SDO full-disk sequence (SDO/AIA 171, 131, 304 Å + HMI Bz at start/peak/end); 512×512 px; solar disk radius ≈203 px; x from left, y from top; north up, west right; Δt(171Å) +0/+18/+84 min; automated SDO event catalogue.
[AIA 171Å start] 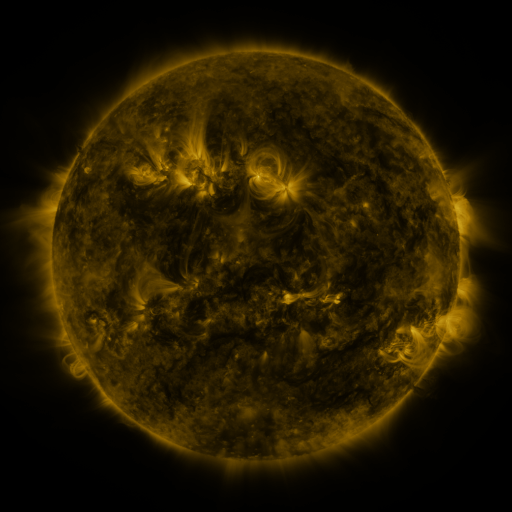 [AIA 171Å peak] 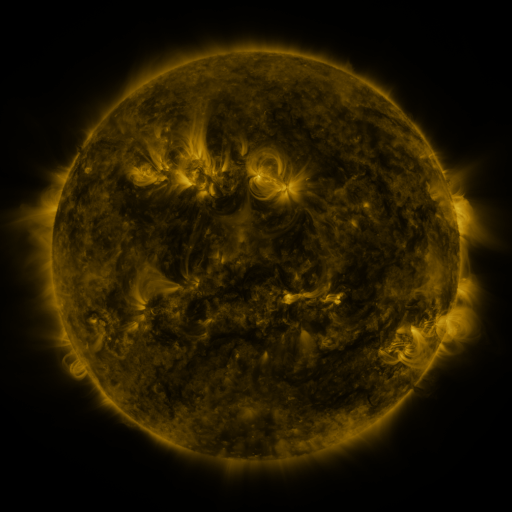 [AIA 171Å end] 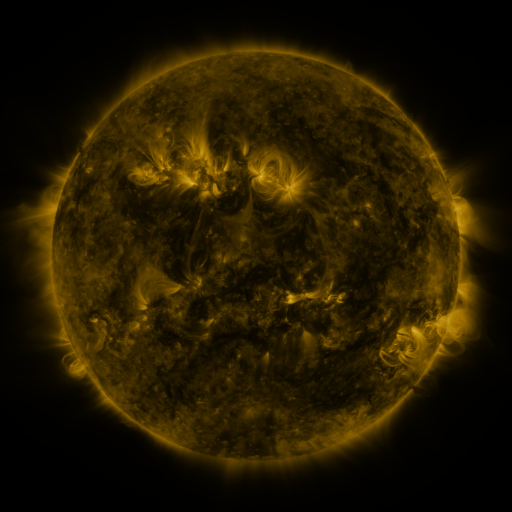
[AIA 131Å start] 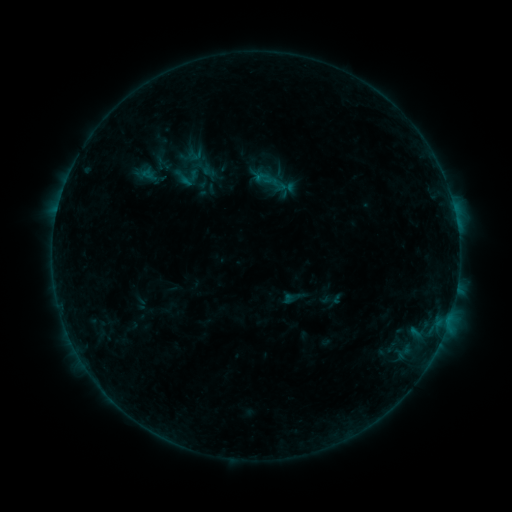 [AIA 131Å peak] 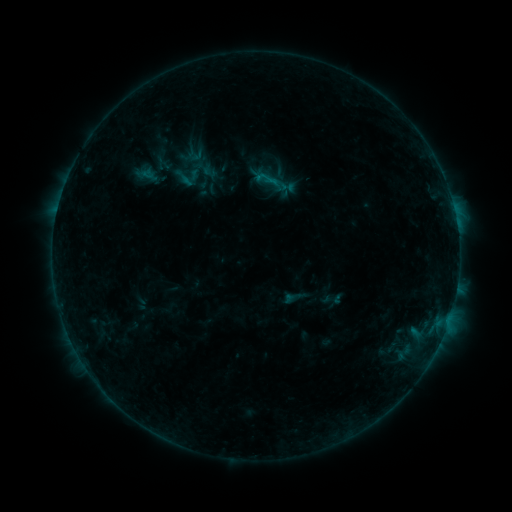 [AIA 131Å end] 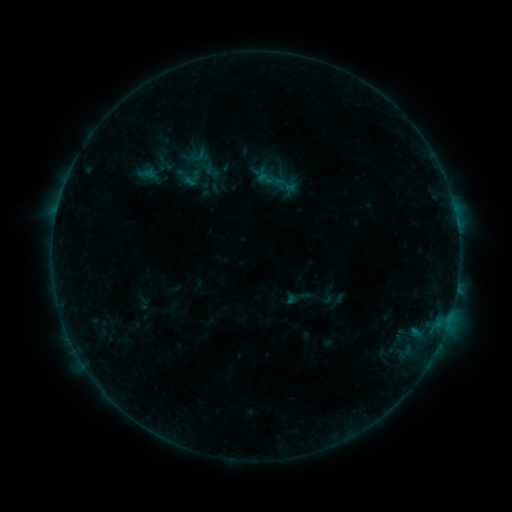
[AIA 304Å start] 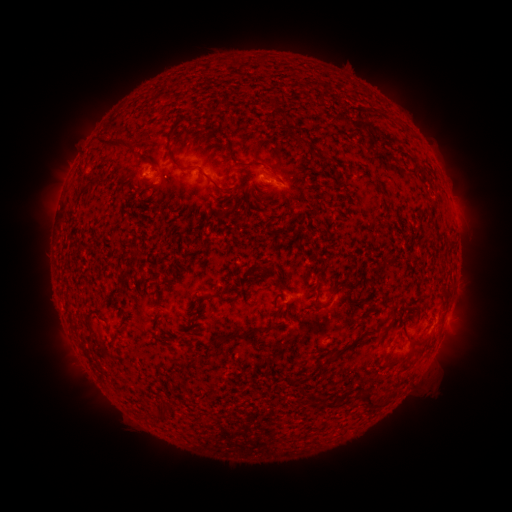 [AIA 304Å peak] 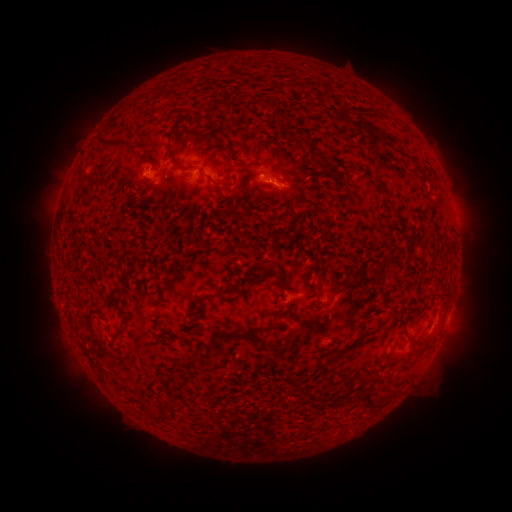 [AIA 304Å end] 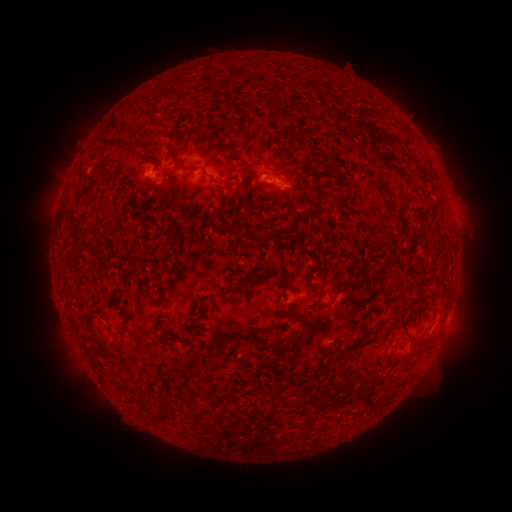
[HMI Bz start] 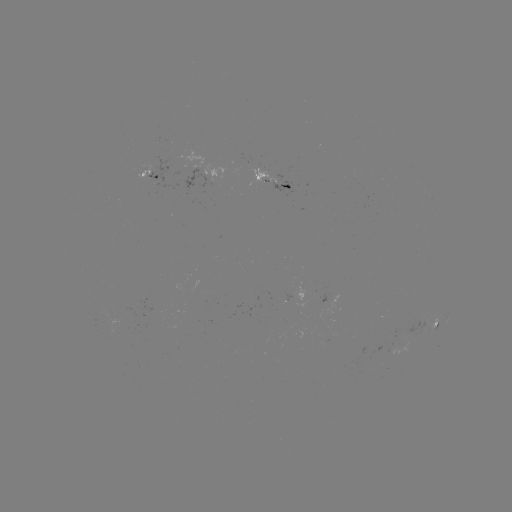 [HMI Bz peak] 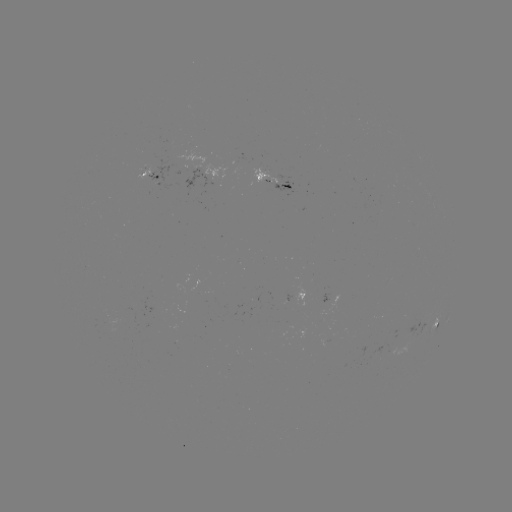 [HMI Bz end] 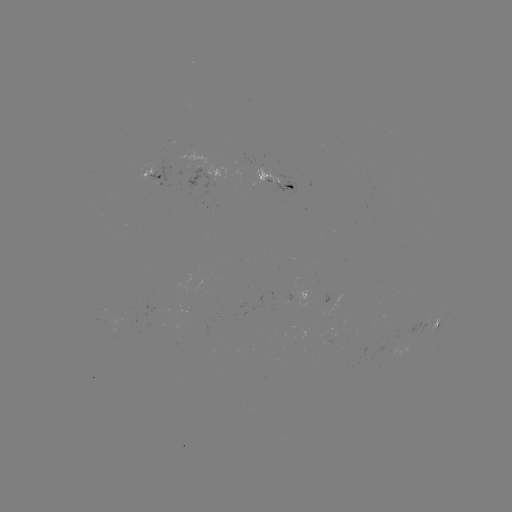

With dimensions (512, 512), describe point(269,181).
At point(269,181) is B3.3 flare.